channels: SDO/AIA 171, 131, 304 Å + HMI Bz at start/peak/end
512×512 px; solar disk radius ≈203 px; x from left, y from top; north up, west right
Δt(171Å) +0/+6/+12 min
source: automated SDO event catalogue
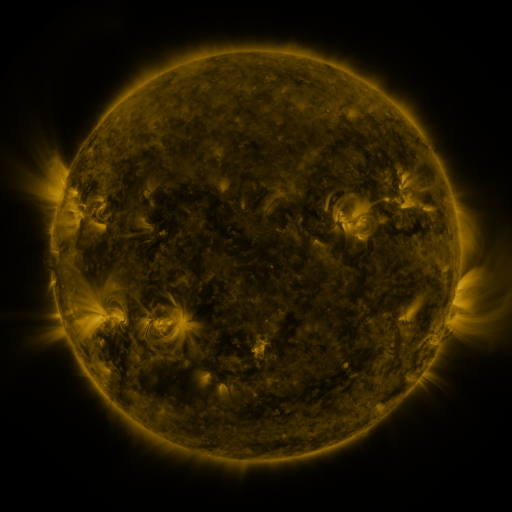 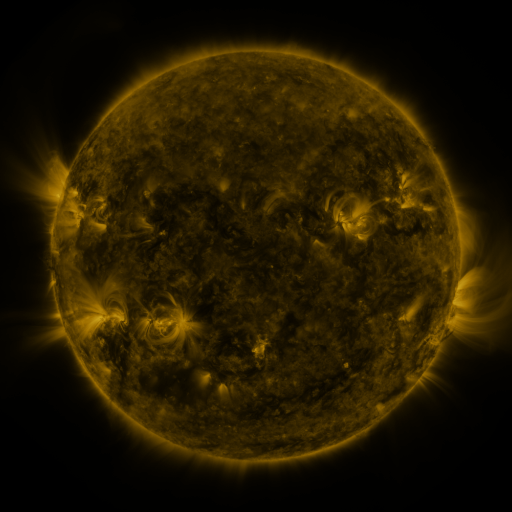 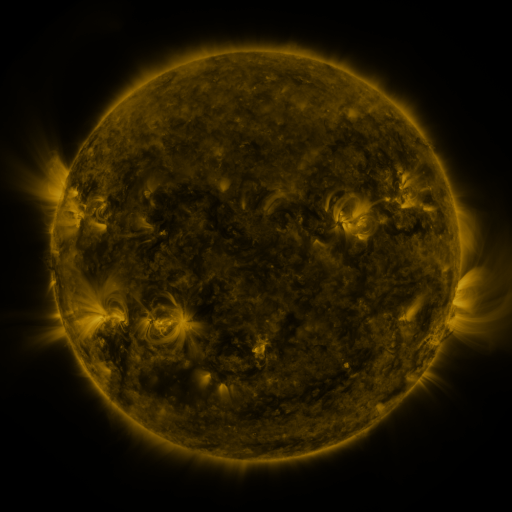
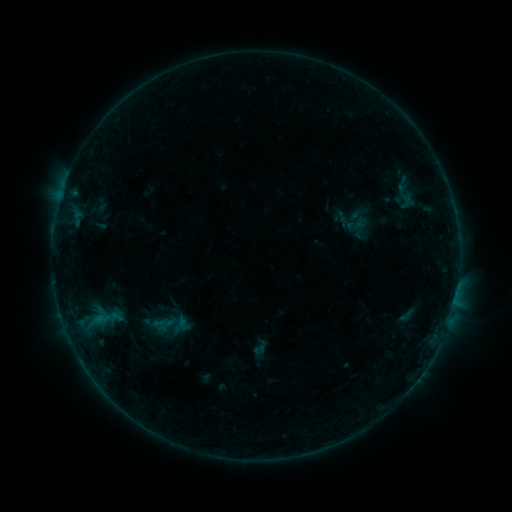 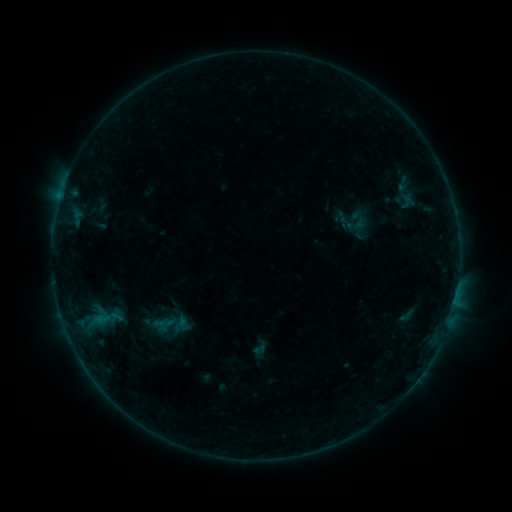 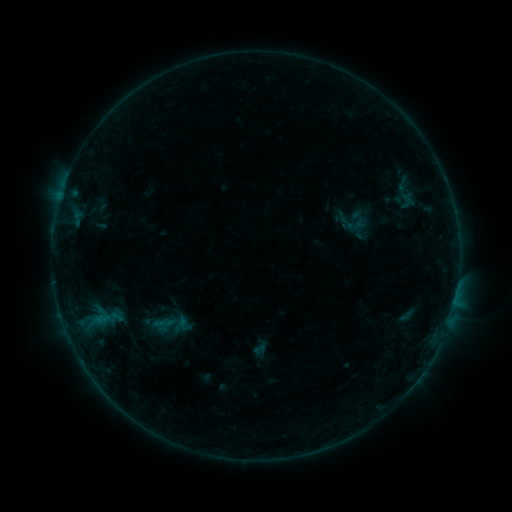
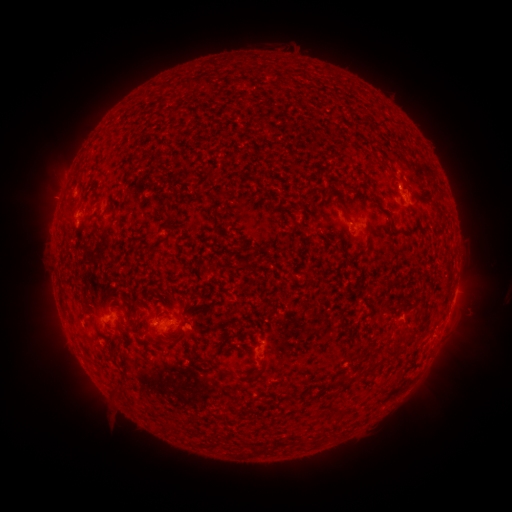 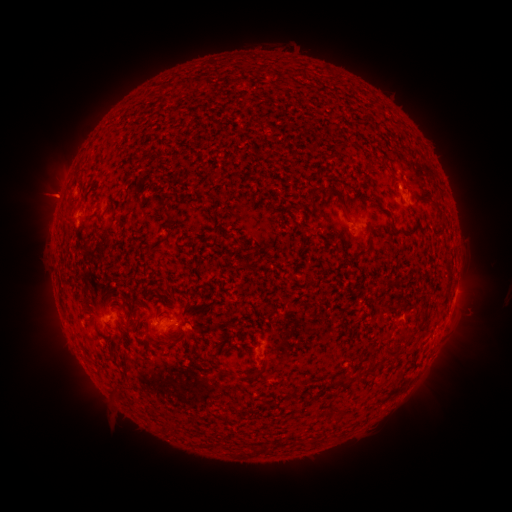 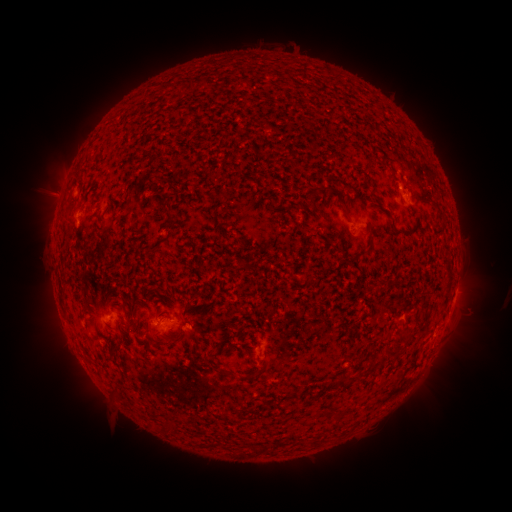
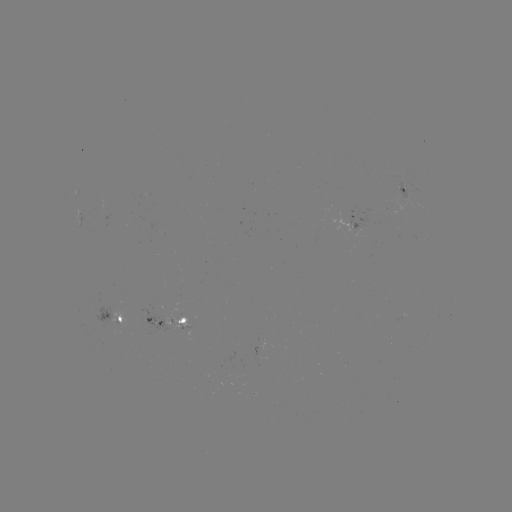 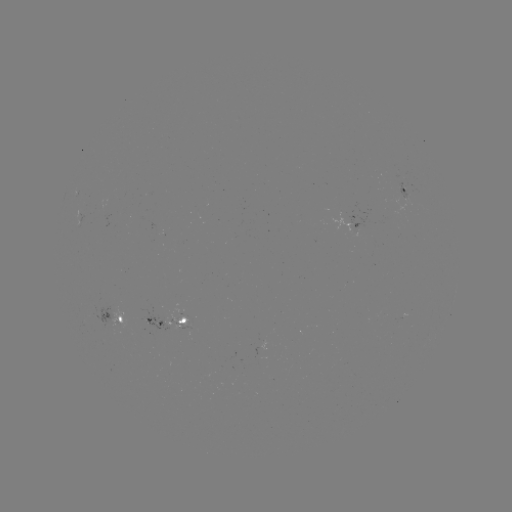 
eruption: (23, 168, 78, 221)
